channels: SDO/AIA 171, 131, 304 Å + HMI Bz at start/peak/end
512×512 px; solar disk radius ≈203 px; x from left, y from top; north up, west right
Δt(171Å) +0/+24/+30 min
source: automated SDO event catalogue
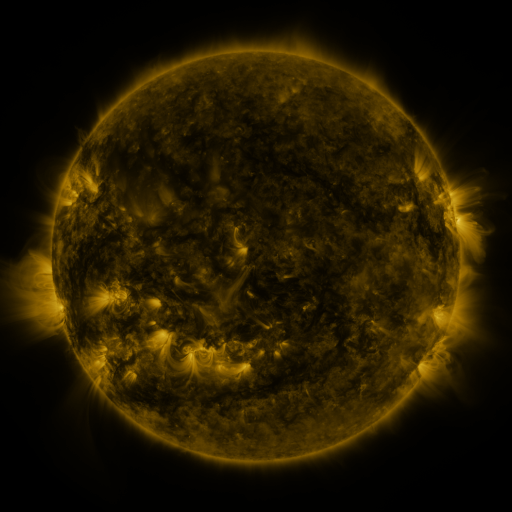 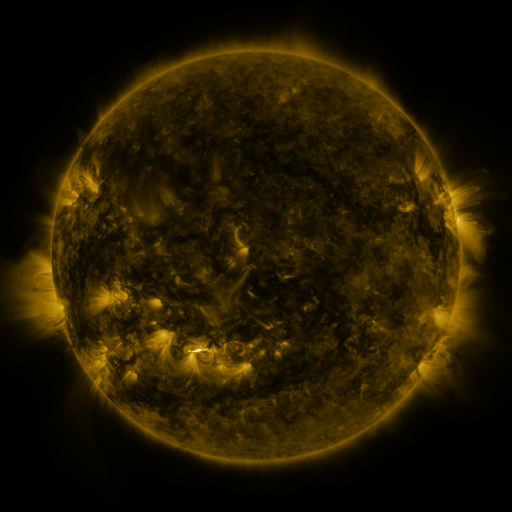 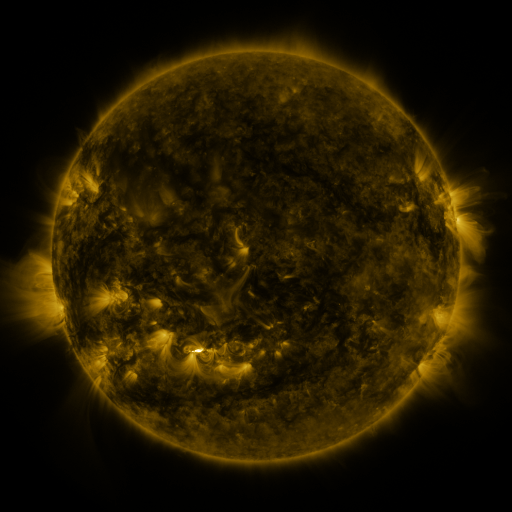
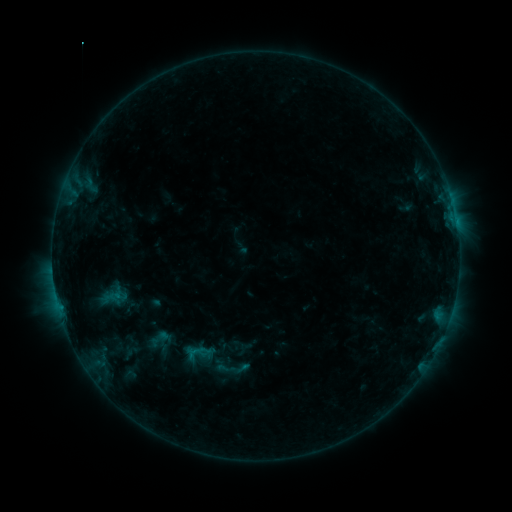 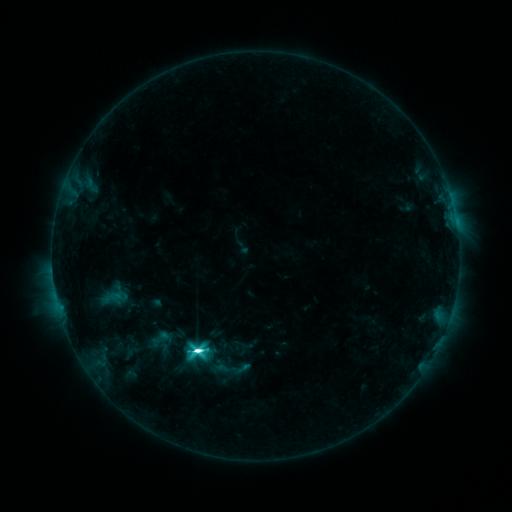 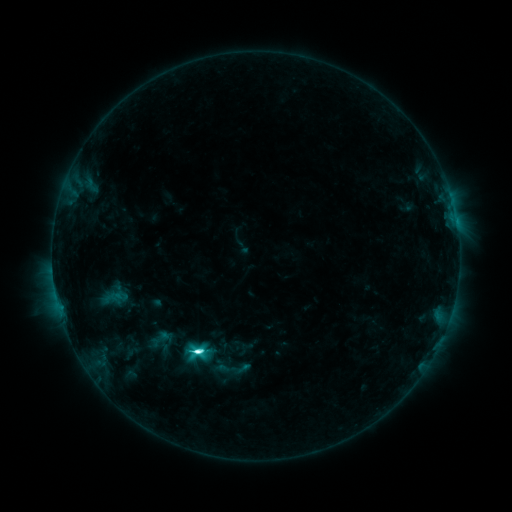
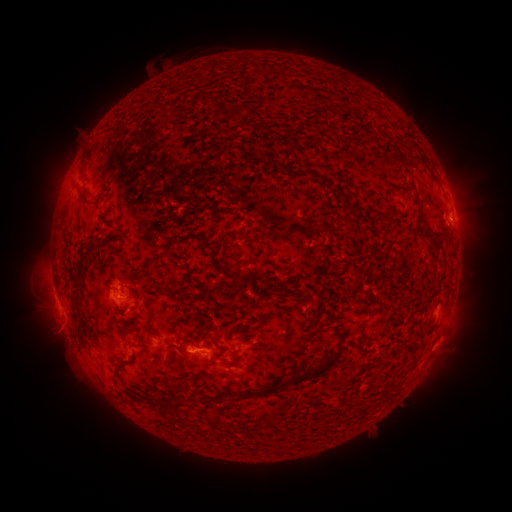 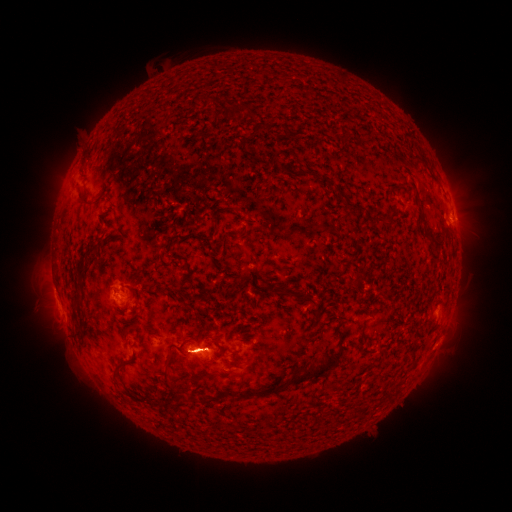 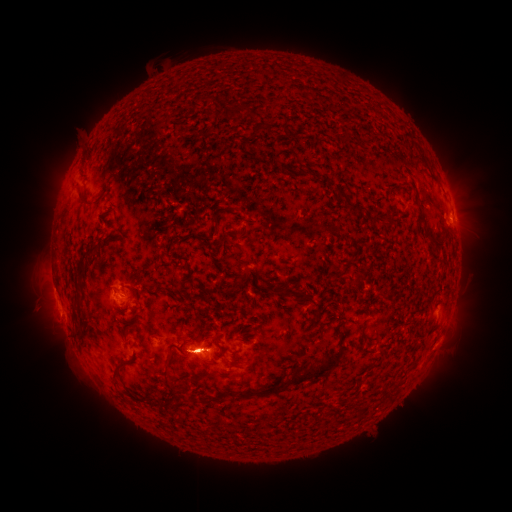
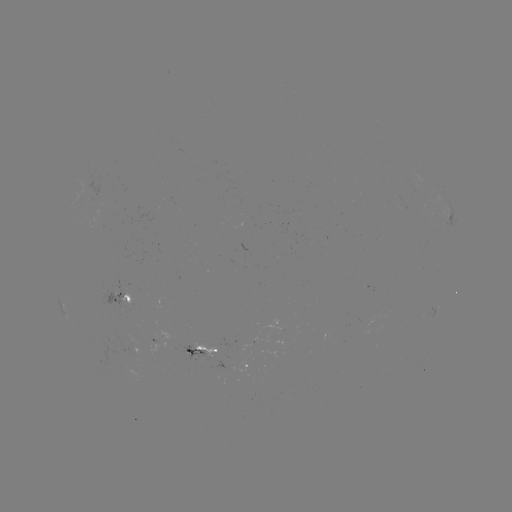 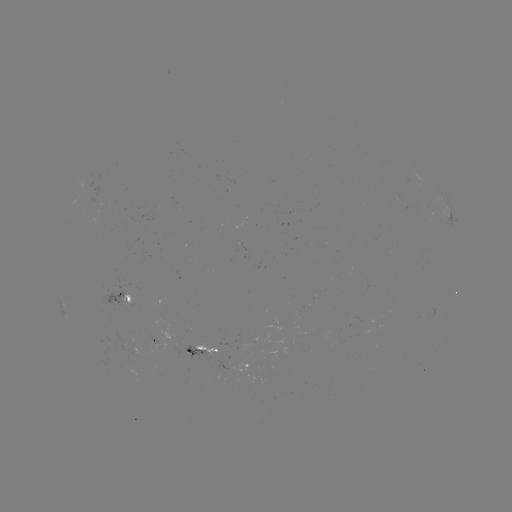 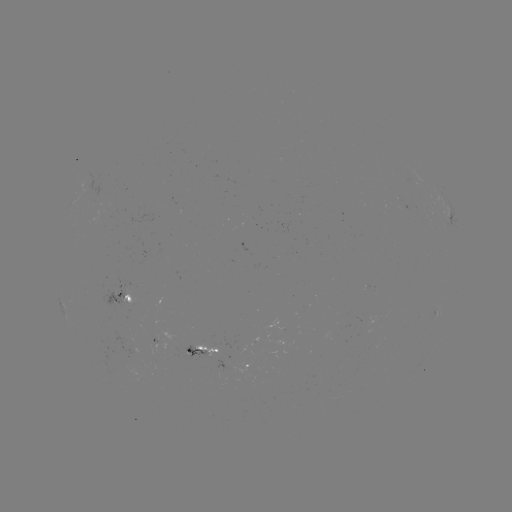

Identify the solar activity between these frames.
M1.5 flare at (200, 349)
